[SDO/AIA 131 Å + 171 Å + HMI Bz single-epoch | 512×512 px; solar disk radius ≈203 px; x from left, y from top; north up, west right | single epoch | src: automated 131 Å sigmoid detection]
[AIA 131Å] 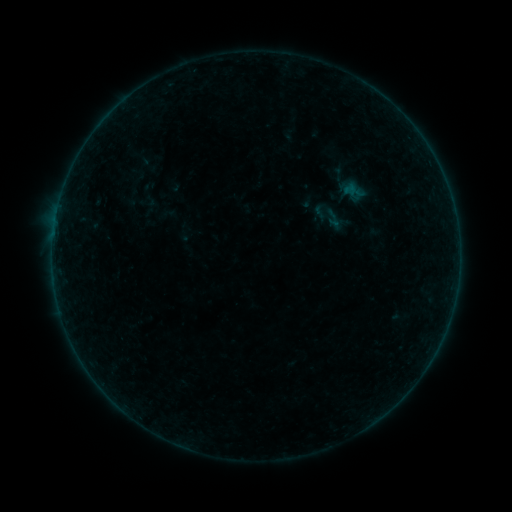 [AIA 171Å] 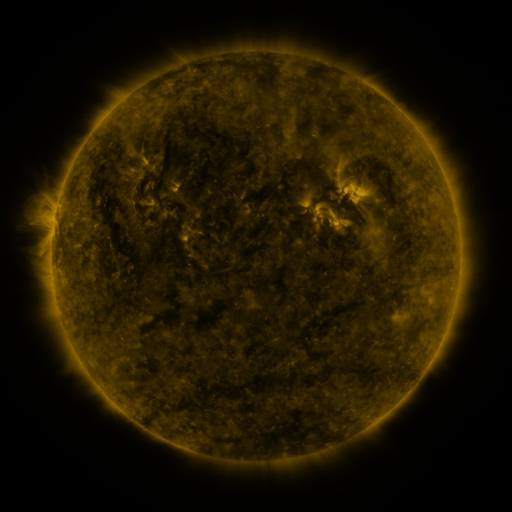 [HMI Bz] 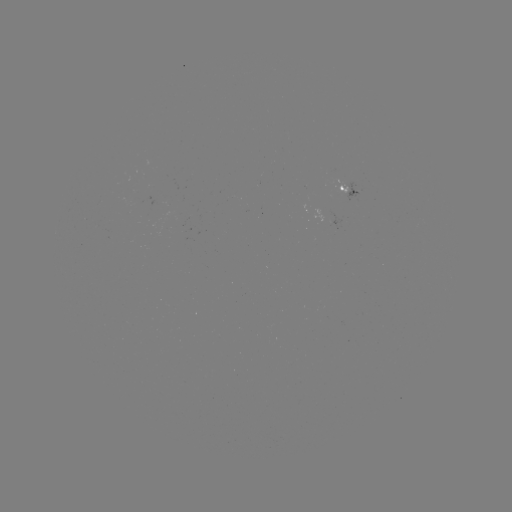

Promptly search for sigmoid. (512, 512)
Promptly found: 320,211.